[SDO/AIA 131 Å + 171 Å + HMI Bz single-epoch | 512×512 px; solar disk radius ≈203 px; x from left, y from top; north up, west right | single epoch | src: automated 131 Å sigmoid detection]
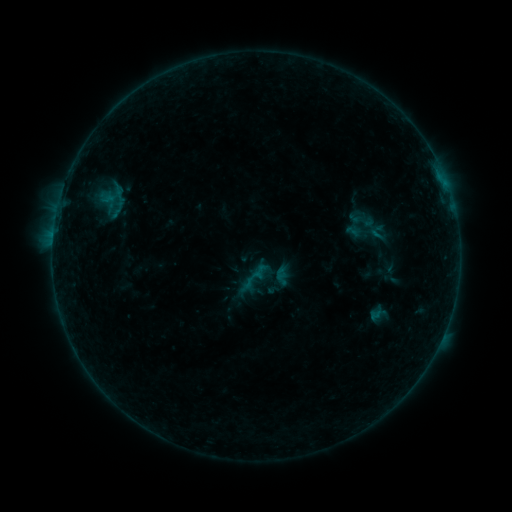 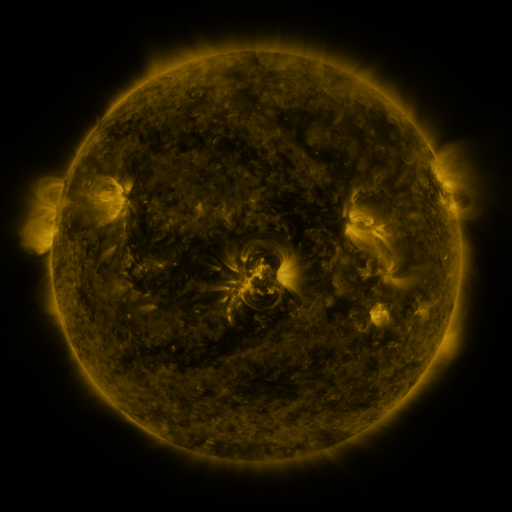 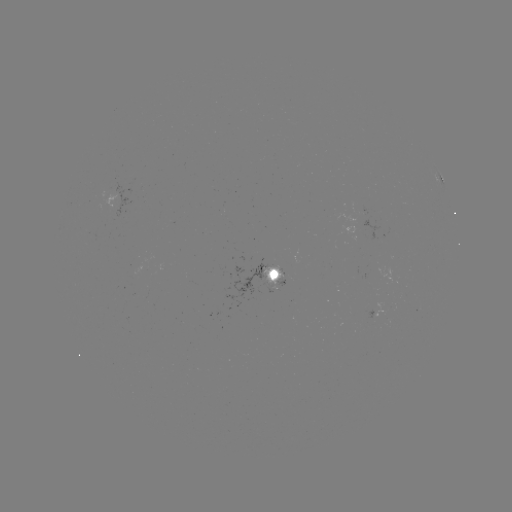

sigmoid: (351, 210, 376, 233)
